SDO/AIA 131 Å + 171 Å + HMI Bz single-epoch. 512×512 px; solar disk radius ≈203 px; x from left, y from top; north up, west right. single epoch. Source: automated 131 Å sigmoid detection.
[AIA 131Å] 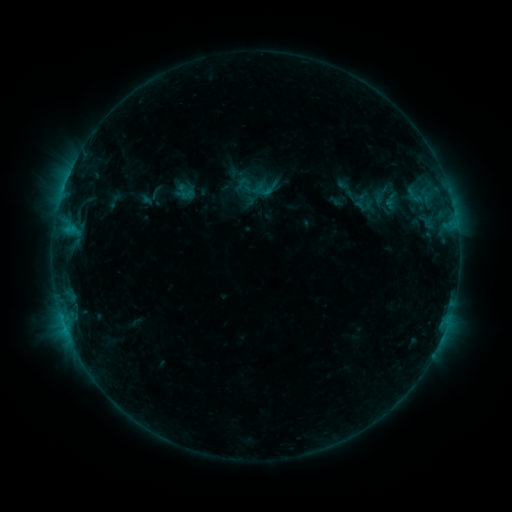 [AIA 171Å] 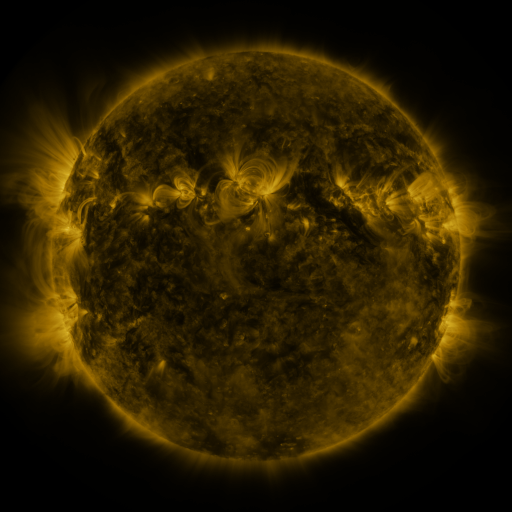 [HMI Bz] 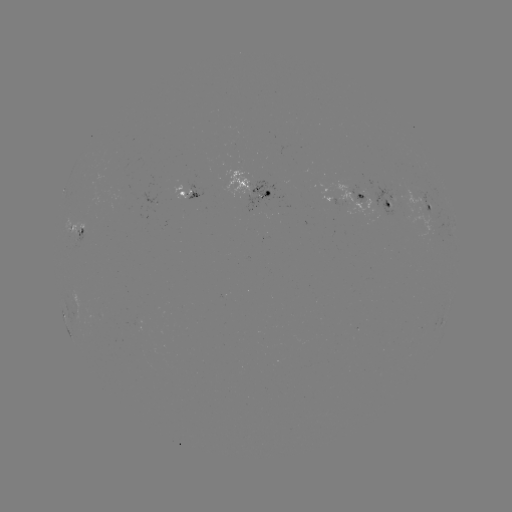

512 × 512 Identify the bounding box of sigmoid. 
[346, 183, 393, 218].